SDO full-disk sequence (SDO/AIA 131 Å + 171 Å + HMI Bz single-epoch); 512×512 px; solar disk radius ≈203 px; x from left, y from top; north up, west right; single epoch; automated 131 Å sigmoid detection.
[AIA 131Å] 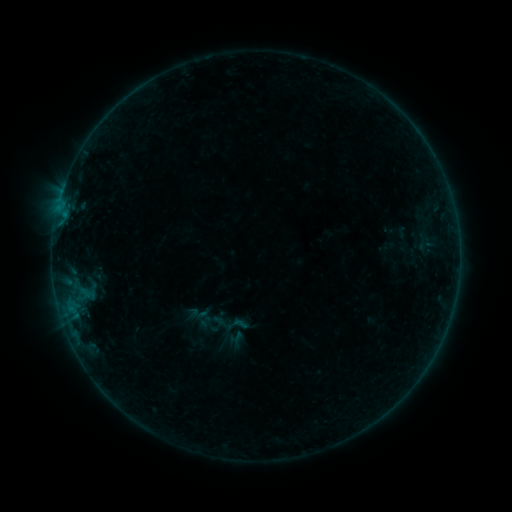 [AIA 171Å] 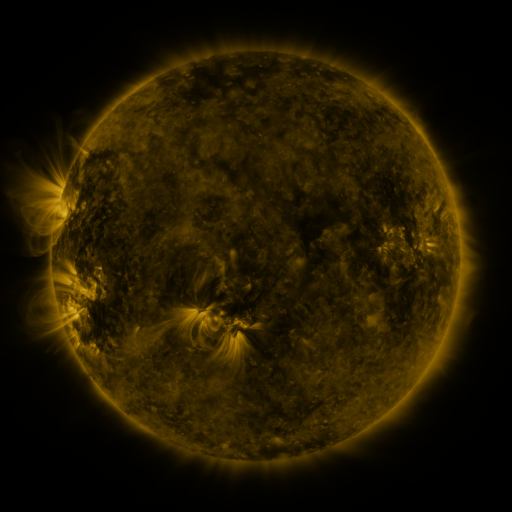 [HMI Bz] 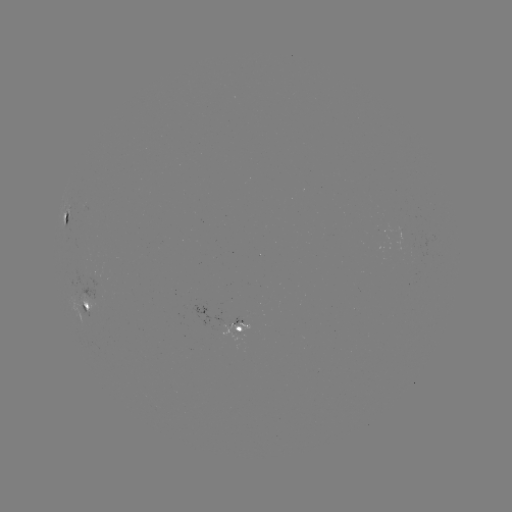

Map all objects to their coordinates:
sigmoid: <bbox>222, 311, 250, 338</bbox>
